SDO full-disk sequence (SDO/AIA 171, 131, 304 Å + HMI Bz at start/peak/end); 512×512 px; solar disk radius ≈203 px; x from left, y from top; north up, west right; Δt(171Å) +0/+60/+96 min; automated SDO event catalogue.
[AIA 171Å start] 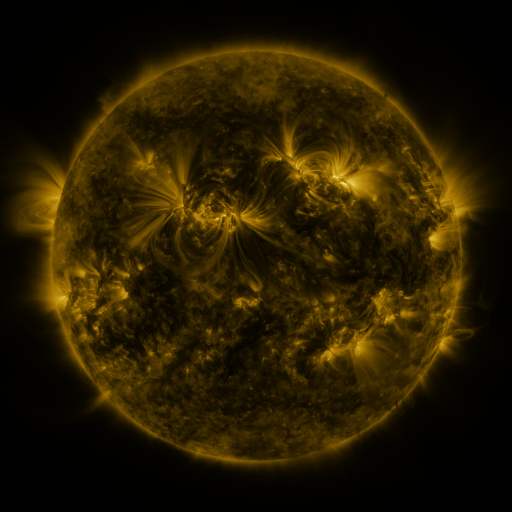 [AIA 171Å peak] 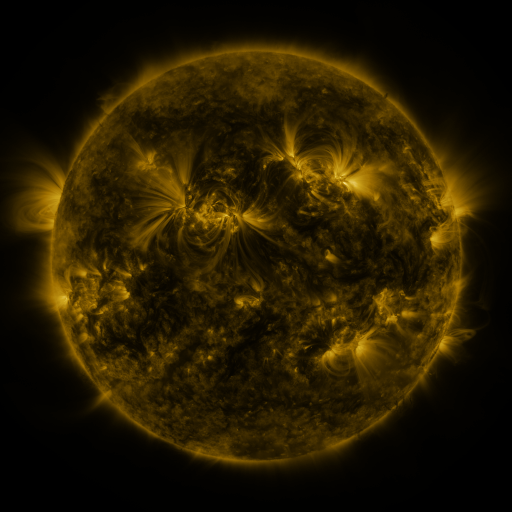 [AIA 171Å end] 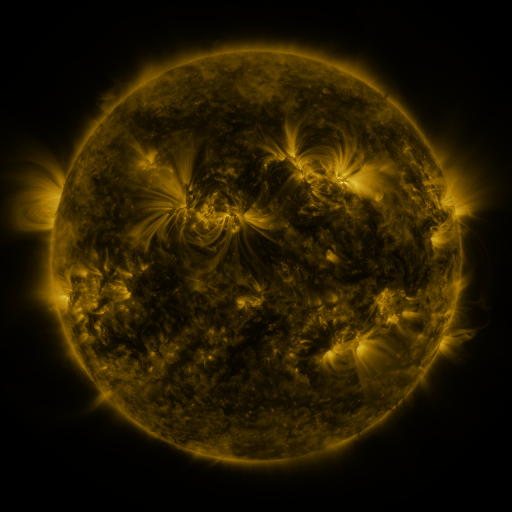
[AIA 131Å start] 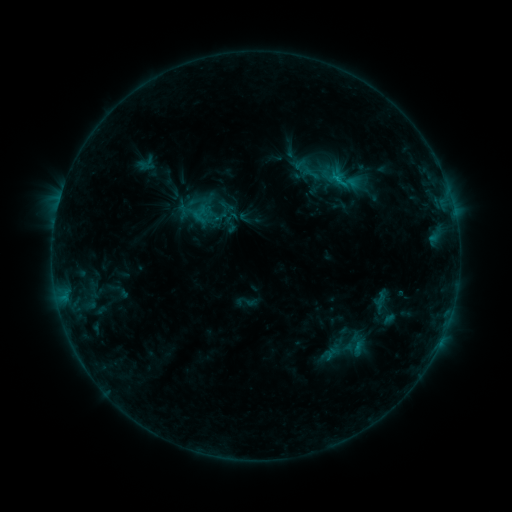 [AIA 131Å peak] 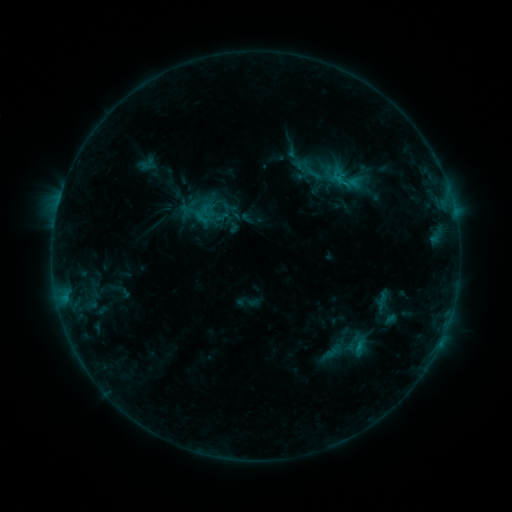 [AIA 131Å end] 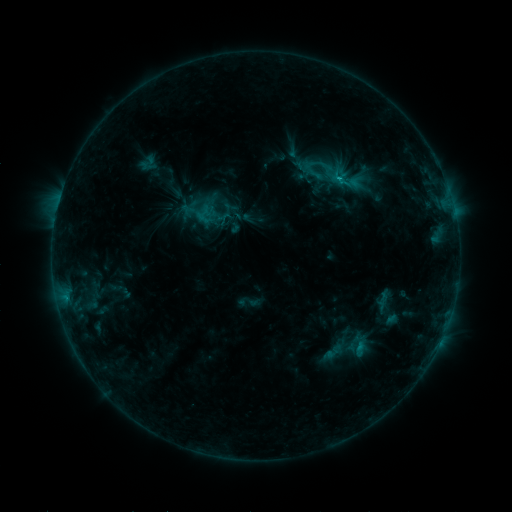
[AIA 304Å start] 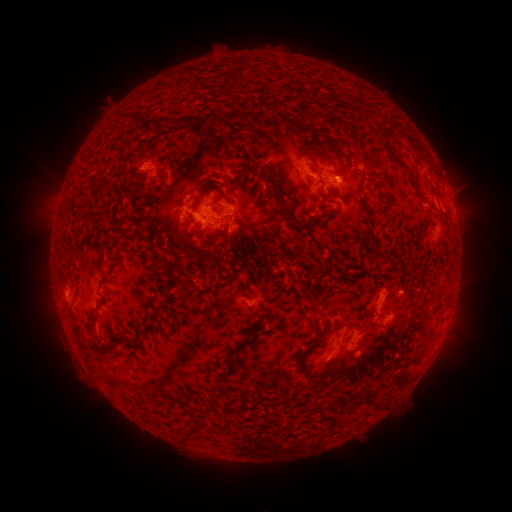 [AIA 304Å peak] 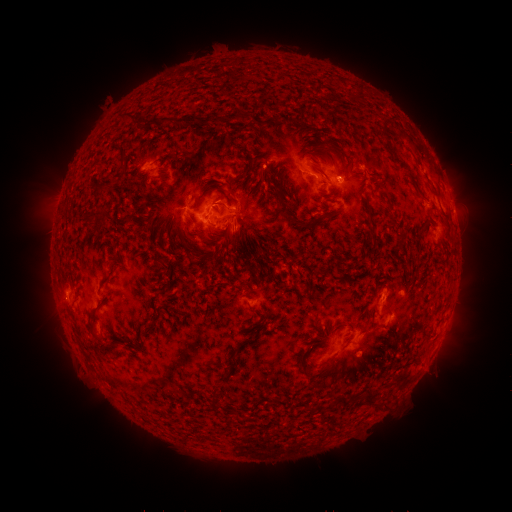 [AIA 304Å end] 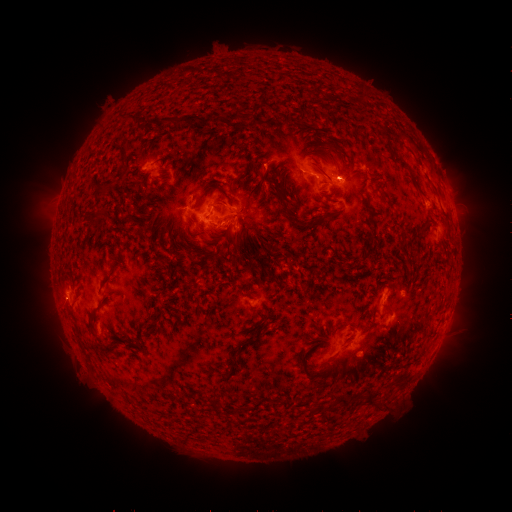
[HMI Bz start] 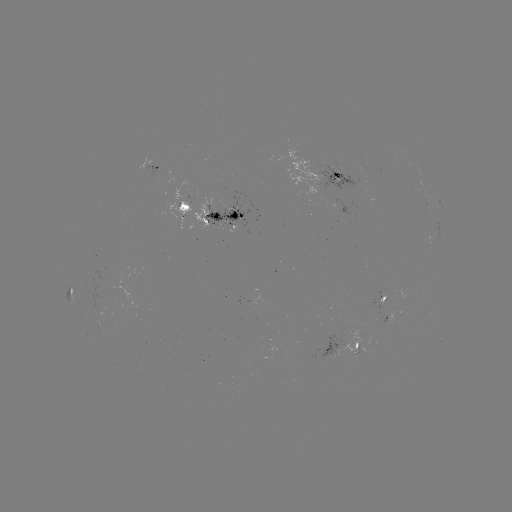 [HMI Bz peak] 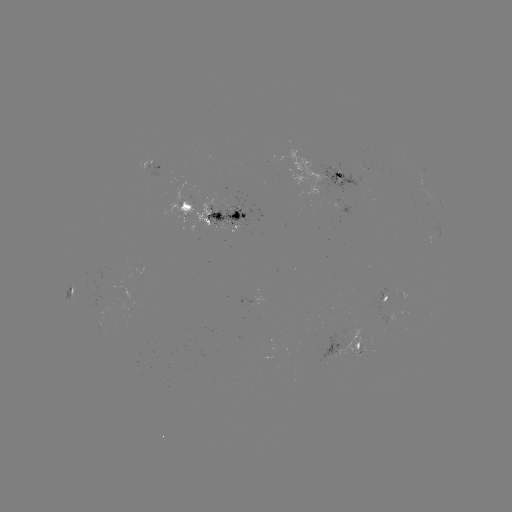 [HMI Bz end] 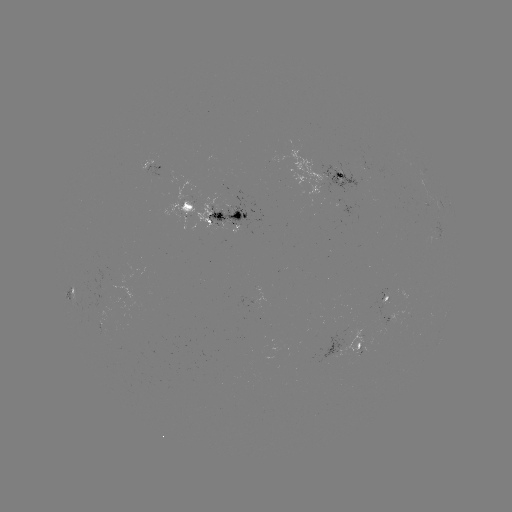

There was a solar emerging-flux region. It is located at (192, 204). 